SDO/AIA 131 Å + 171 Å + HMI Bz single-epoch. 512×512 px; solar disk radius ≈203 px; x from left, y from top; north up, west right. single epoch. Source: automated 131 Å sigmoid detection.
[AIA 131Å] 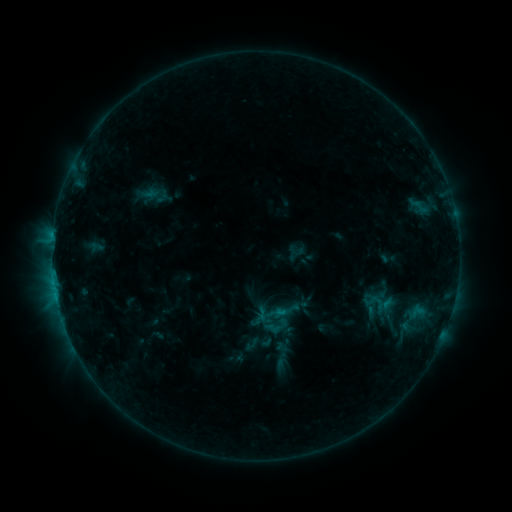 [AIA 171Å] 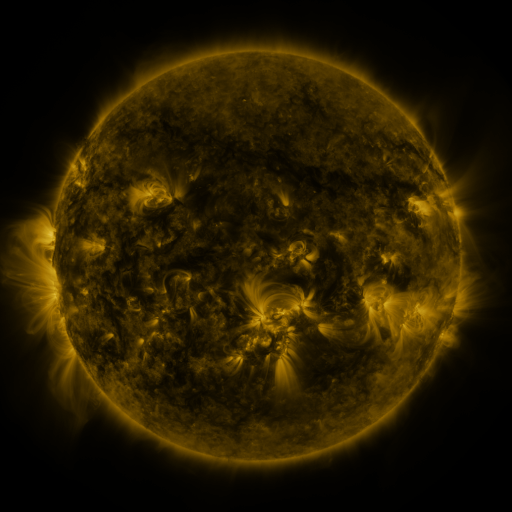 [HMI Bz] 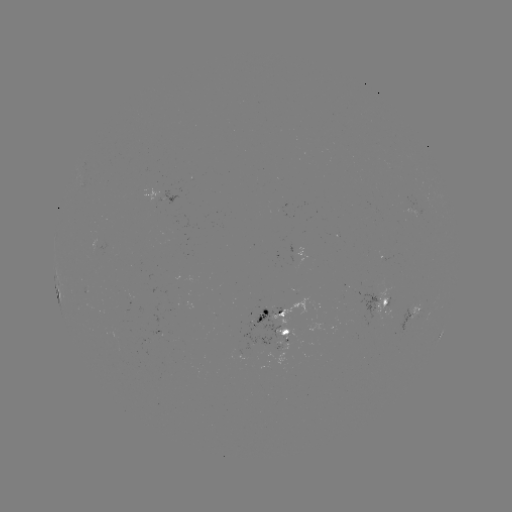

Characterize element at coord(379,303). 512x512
sigmoid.